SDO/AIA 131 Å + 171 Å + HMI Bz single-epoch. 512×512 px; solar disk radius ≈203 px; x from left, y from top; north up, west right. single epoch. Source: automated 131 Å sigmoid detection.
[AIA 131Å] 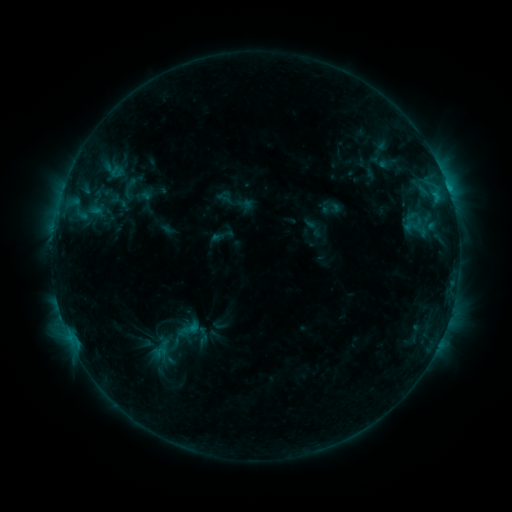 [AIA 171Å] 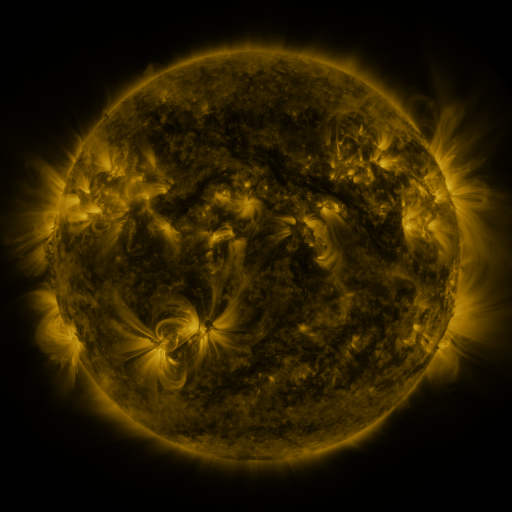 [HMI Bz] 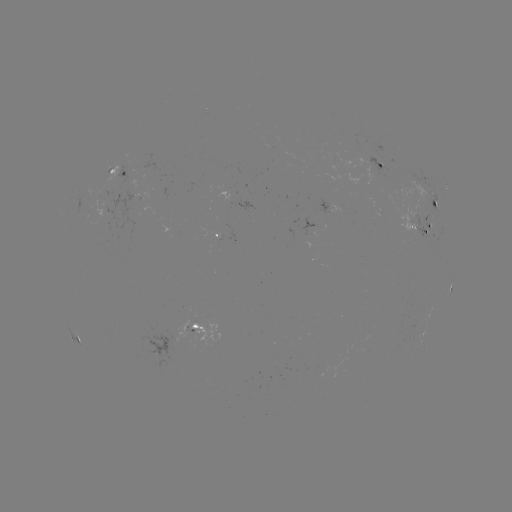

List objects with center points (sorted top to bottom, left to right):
sigmoid: (129, 188)
